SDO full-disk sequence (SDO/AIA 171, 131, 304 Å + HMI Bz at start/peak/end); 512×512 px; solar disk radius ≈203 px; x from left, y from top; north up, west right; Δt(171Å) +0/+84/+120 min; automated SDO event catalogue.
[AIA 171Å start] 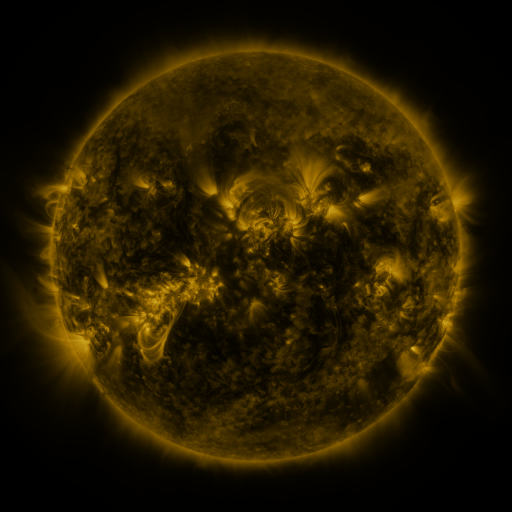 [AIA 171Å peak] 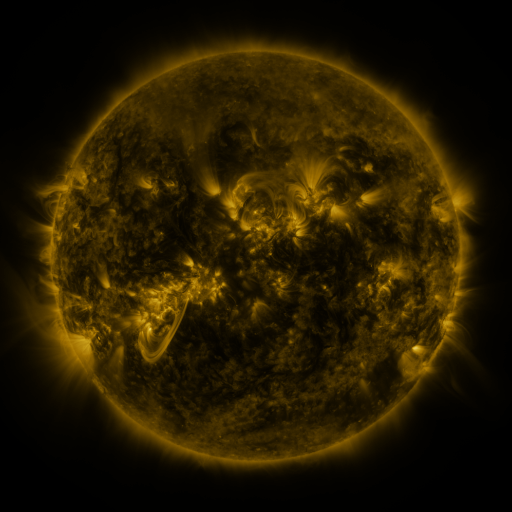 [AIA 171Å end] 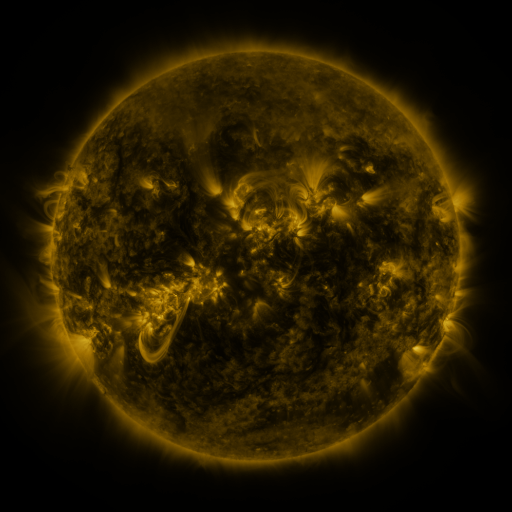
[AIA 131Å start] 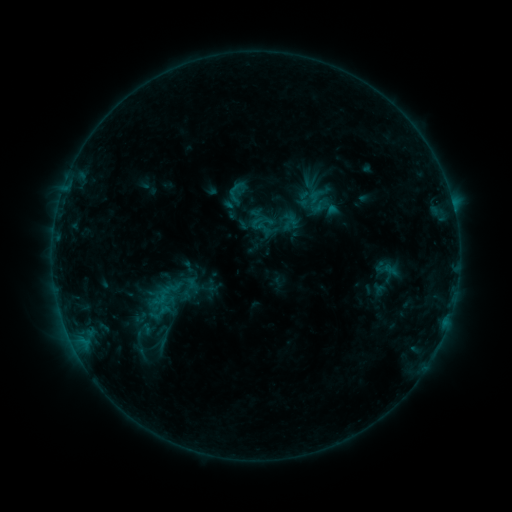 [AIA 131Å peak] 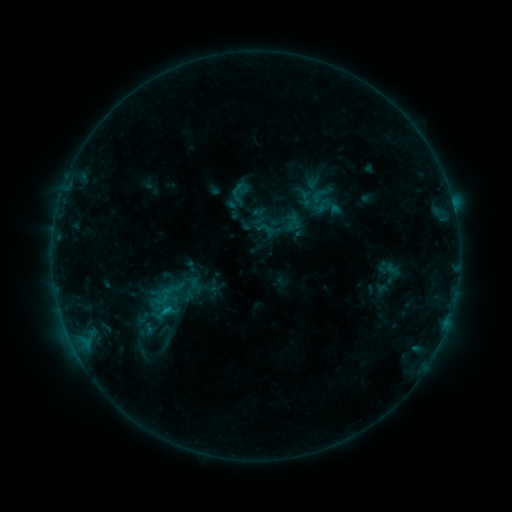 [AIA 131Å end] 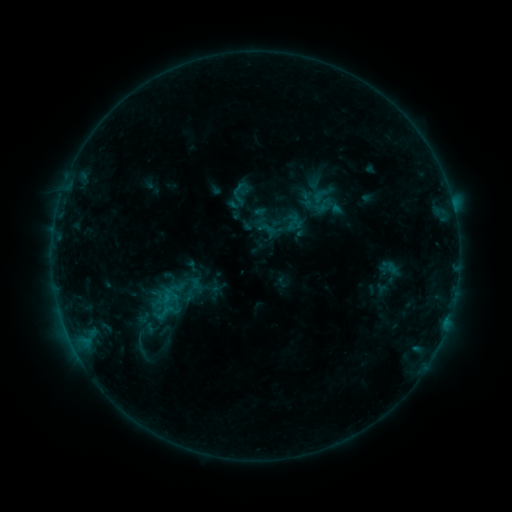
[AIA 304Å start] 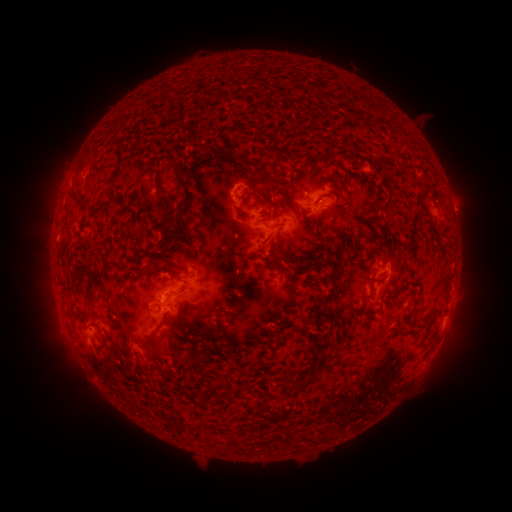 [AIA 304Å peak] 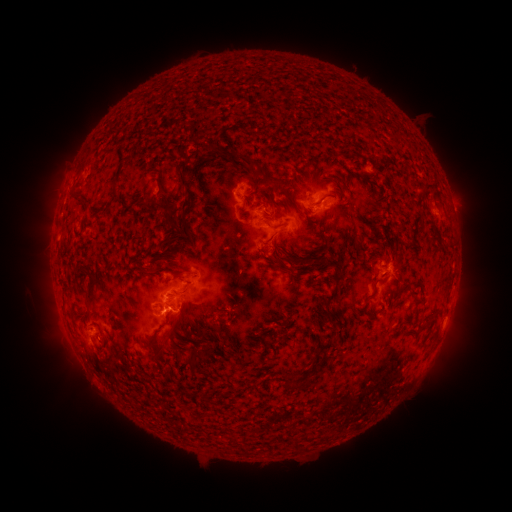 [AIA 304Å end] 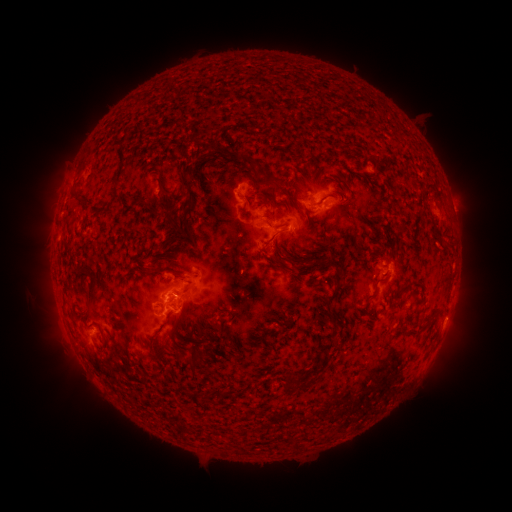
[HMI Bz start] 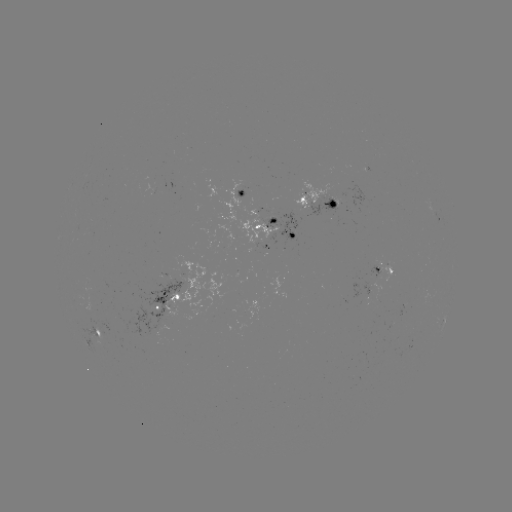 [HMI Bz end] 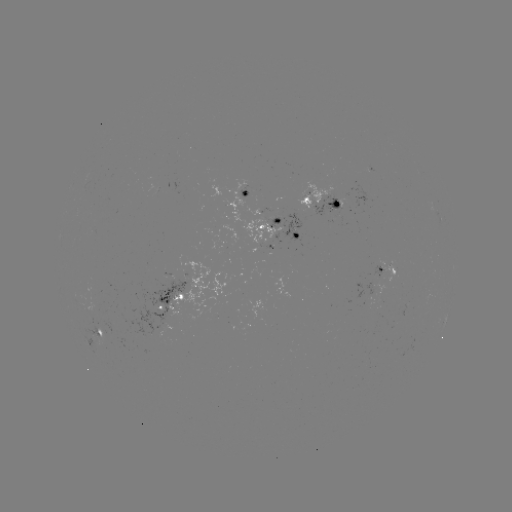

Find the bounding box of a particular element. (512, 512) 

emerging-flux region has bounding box [238, 187, 252, 198].